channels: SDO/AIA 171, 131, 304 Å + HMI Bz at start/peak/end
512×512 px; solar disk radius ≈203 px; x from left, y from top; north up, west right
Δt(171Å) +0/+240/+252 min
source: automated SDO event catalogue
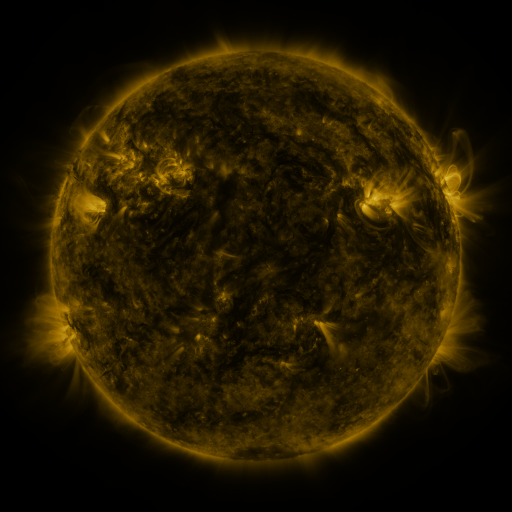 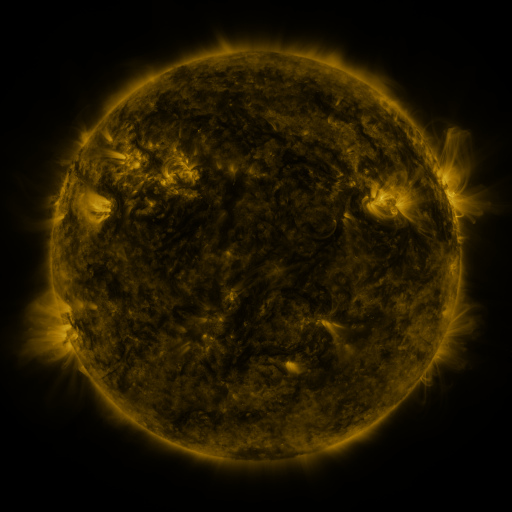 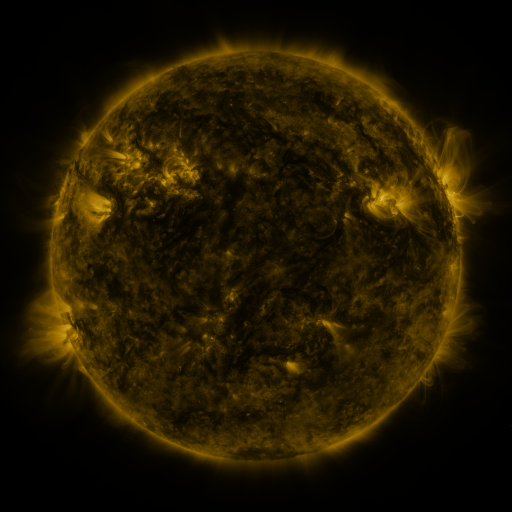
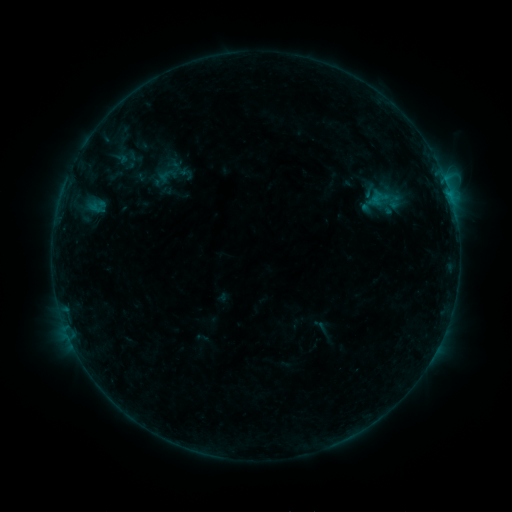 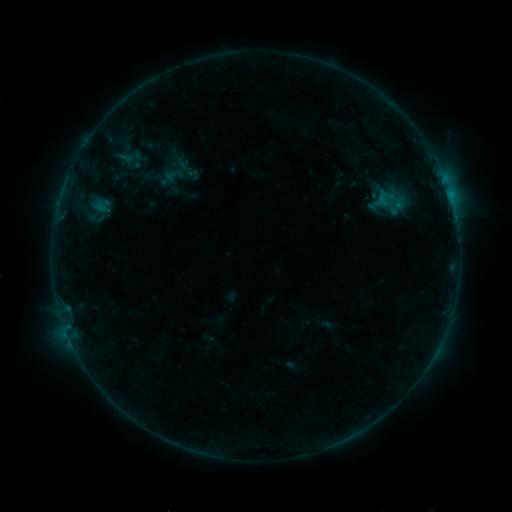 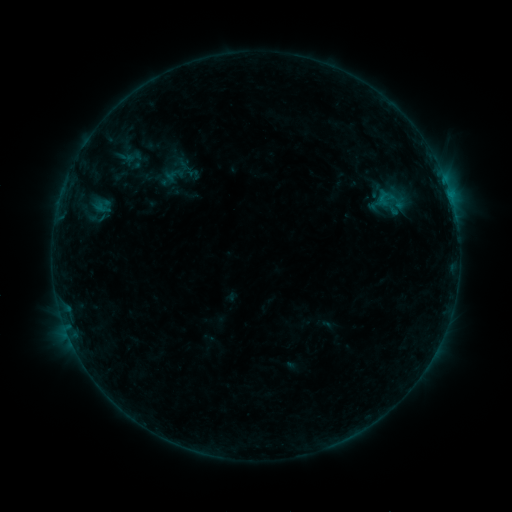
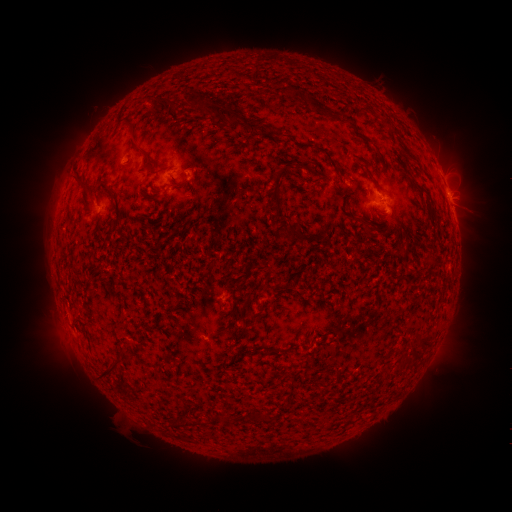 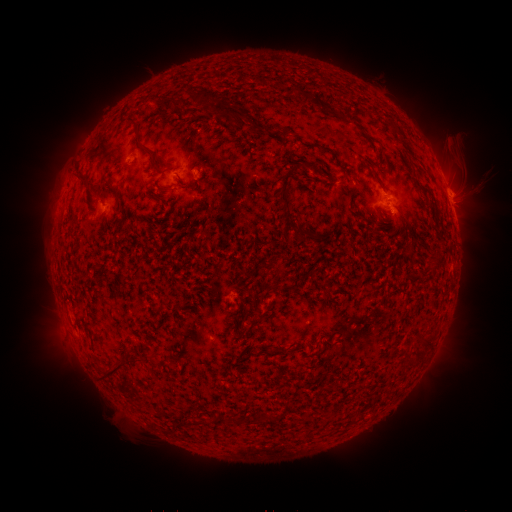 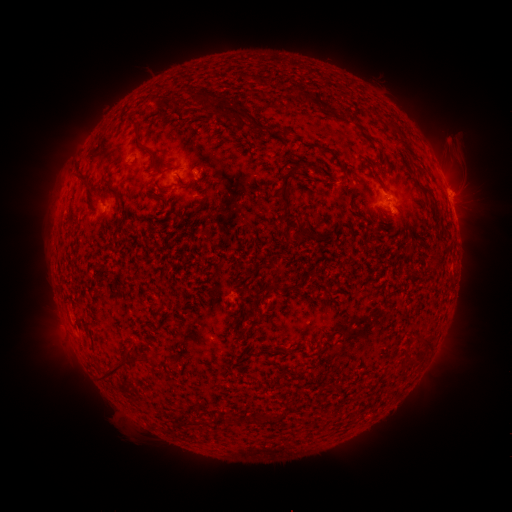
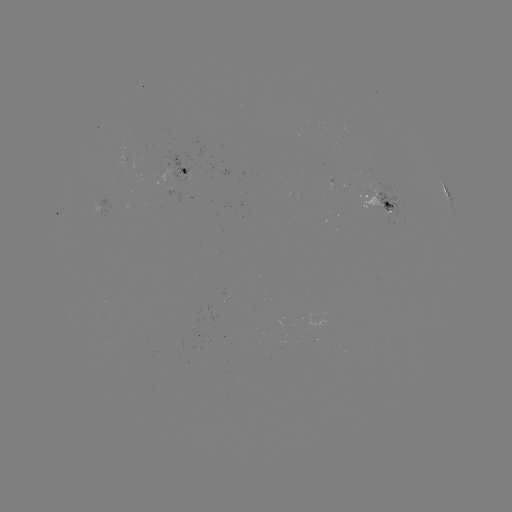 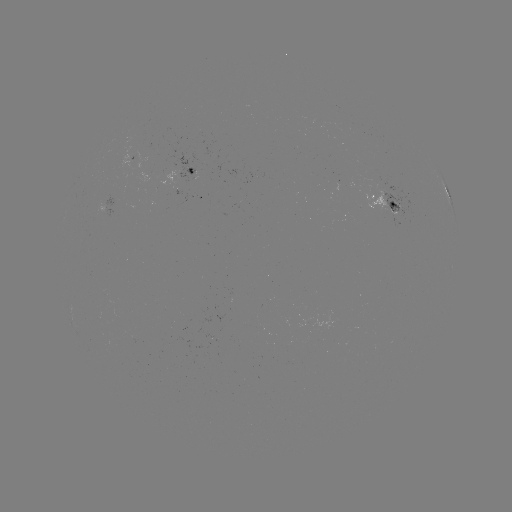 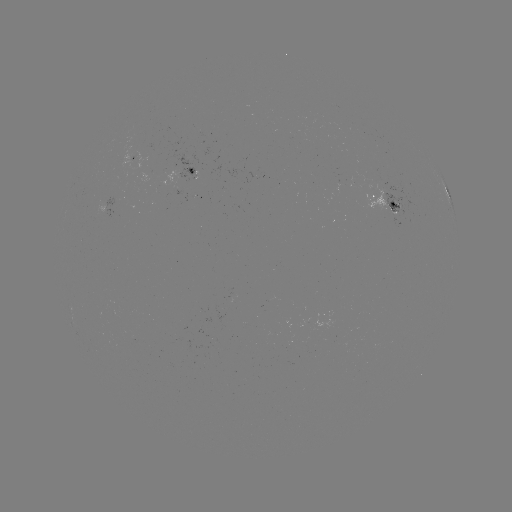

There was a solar emerging-flux region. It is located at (396, 215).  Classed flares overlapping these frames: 2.